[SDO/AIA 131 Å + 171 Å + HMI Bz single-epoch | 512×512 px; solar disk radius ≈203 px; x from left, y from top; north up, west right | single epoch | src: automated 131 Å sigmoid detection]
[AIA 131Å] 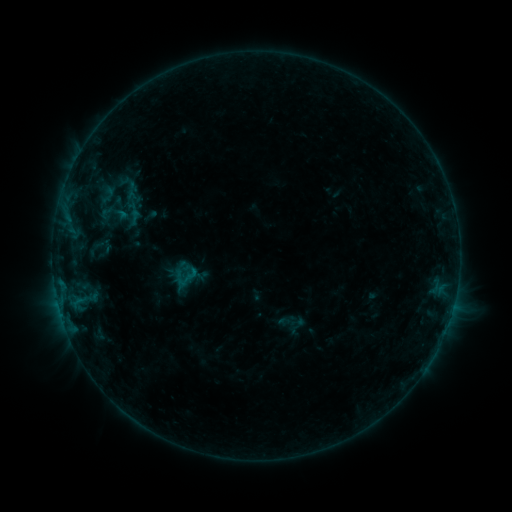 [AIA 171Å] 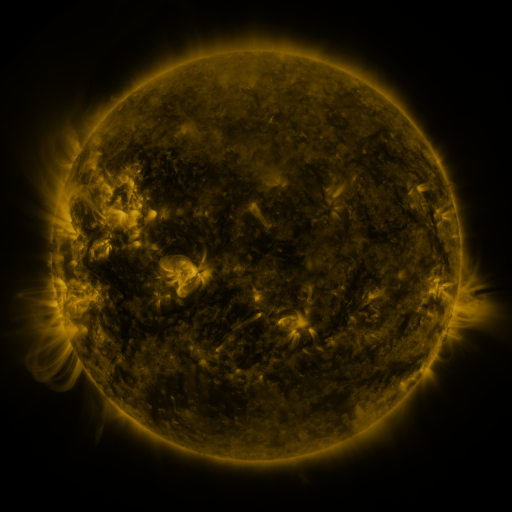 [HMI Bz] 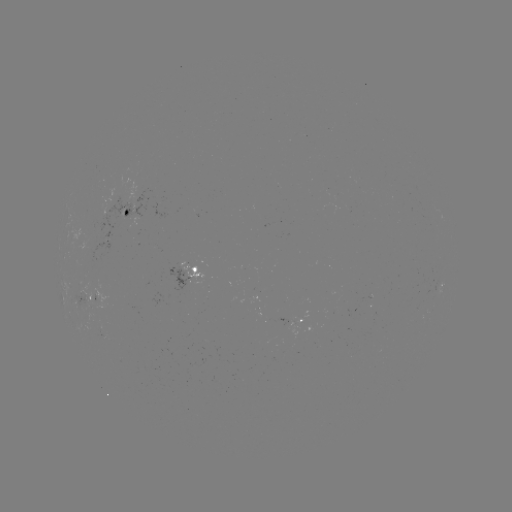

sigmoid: (123, 191, 141, 209)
